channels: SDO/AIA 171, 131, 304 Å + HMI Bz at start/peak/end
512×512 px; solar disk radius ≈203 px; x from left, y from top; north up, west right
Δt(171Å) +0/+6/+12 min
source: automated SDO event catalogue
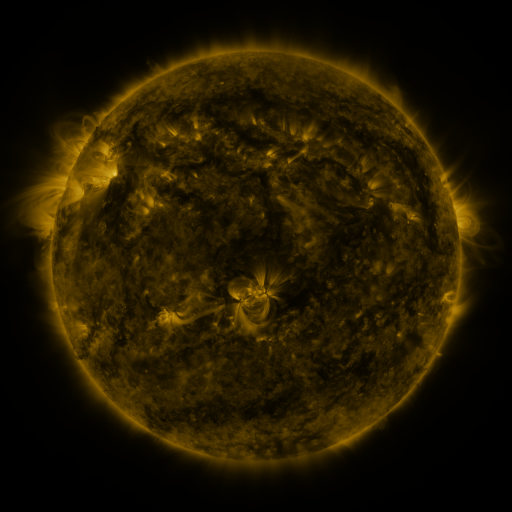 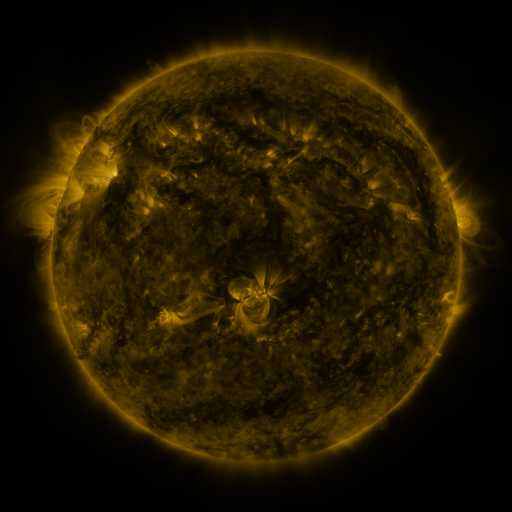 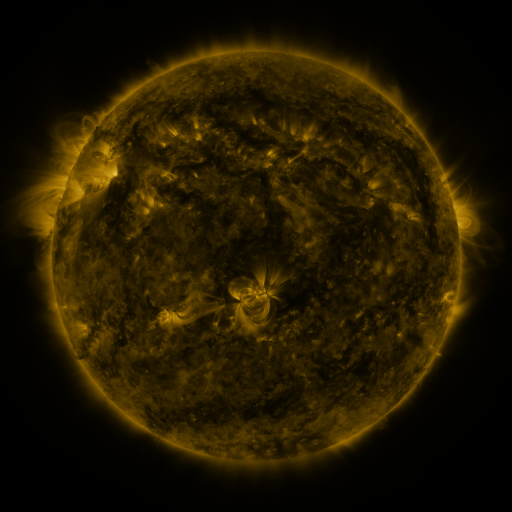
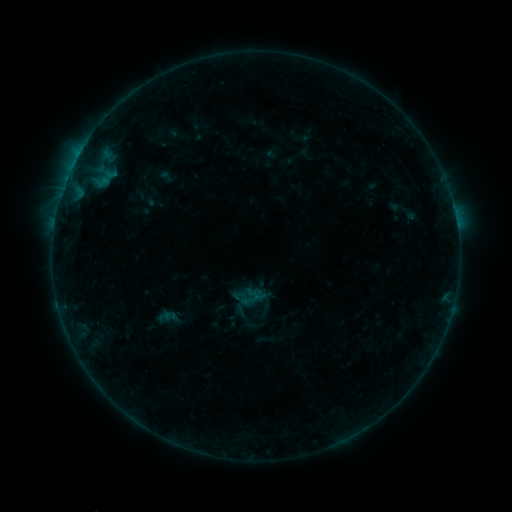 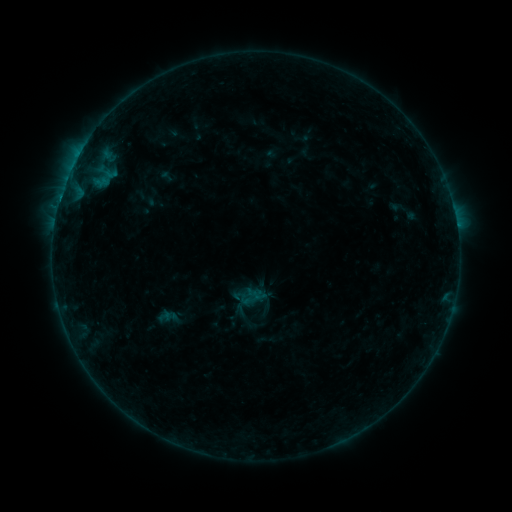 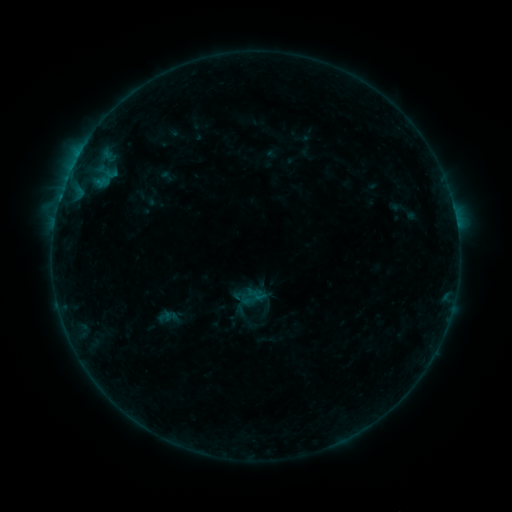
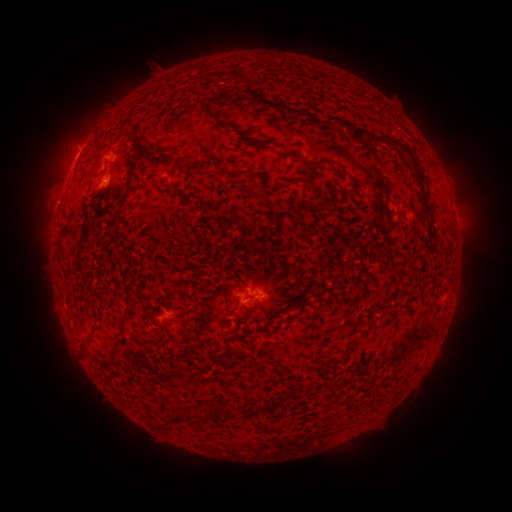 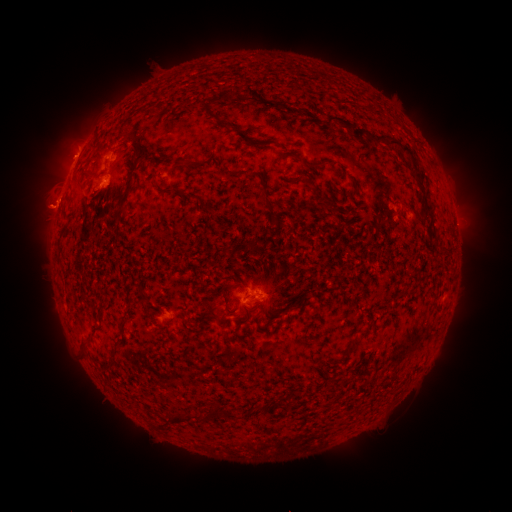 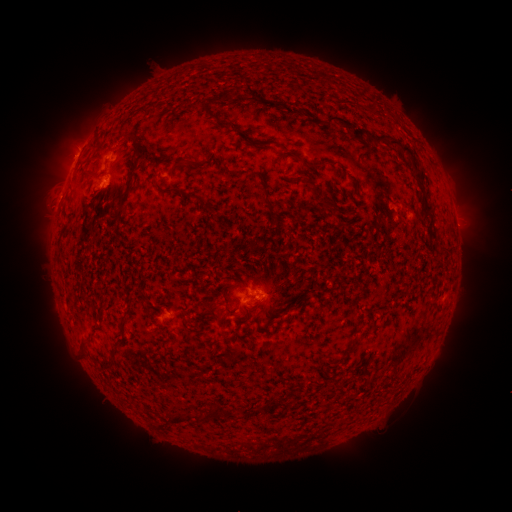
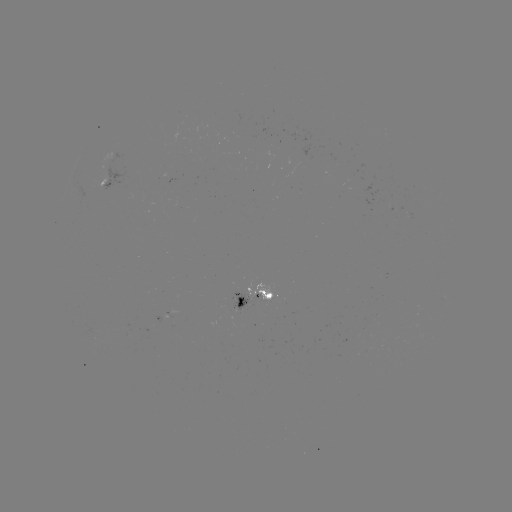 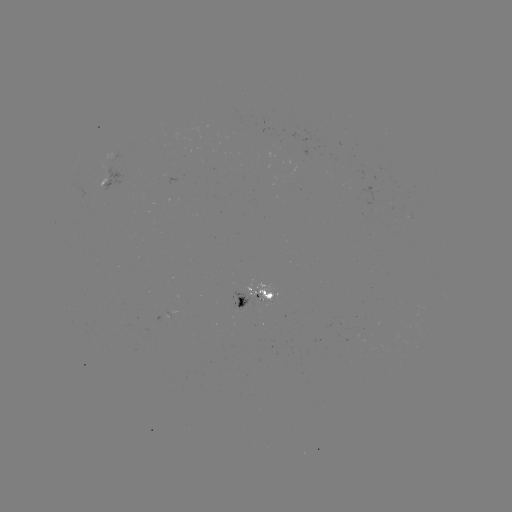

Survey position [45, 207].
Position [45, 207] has eruption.